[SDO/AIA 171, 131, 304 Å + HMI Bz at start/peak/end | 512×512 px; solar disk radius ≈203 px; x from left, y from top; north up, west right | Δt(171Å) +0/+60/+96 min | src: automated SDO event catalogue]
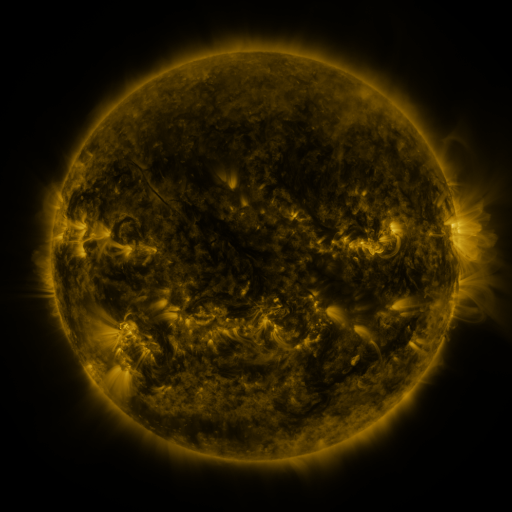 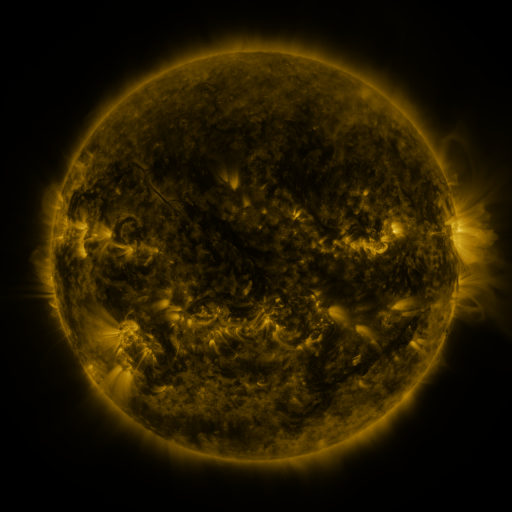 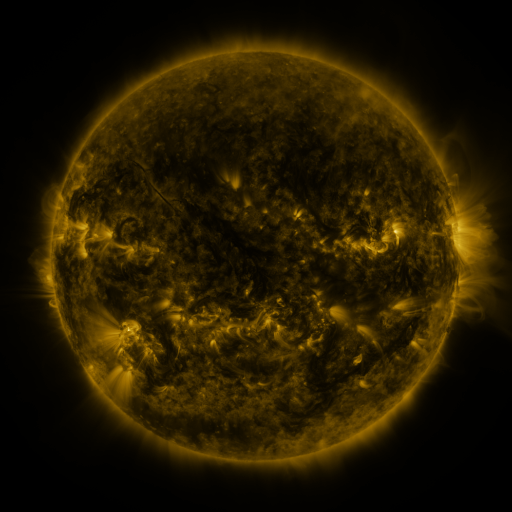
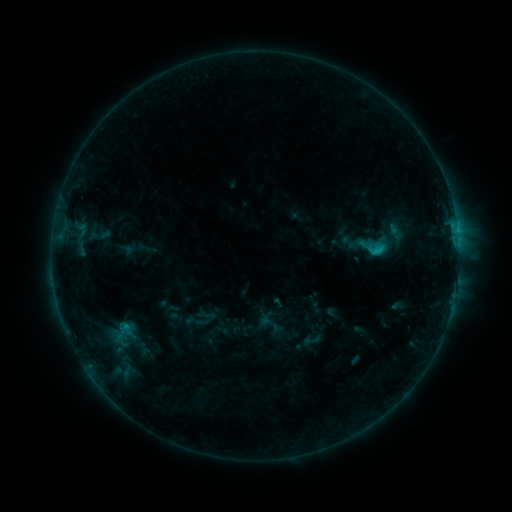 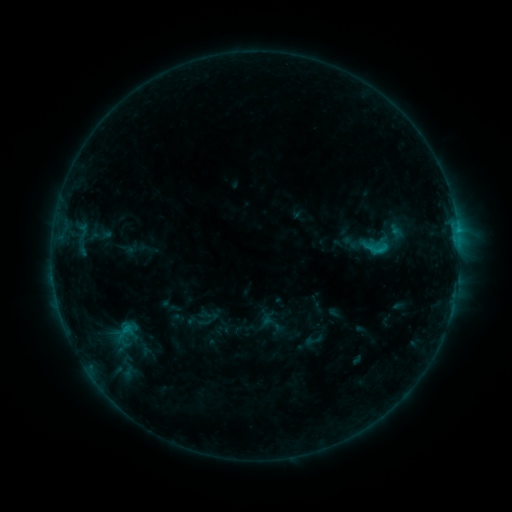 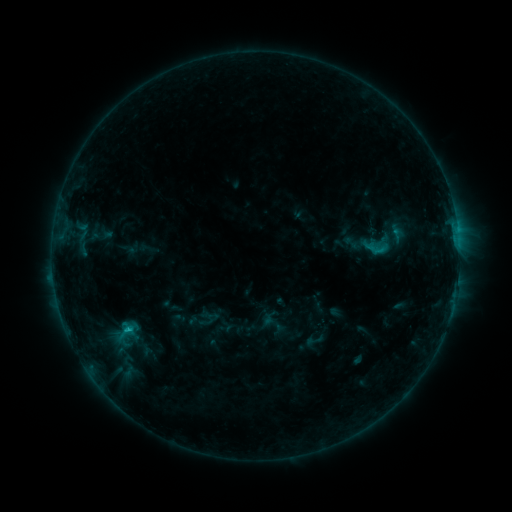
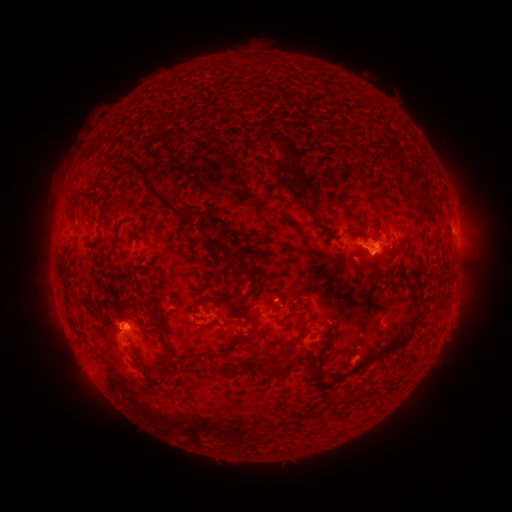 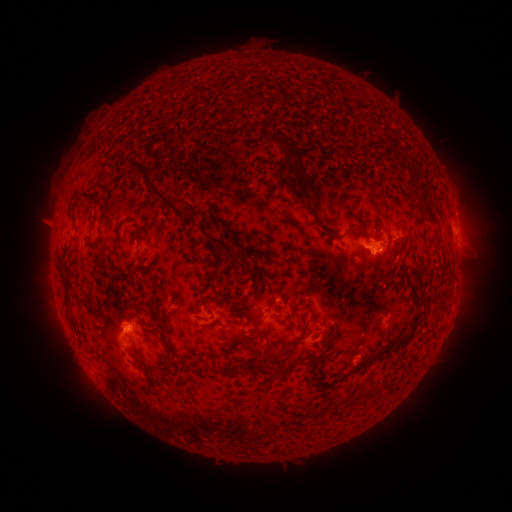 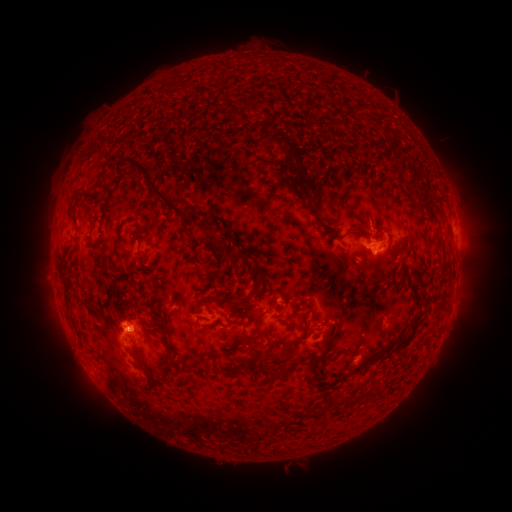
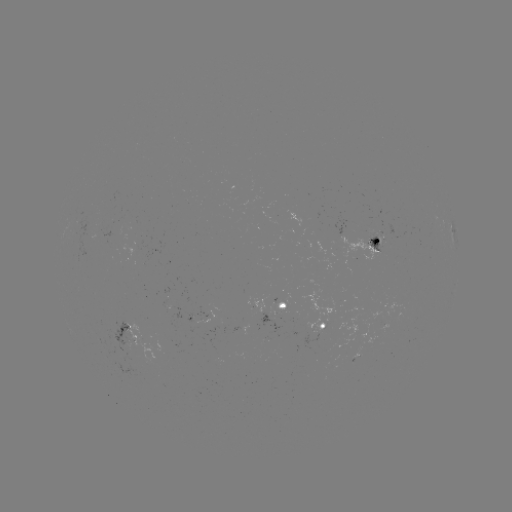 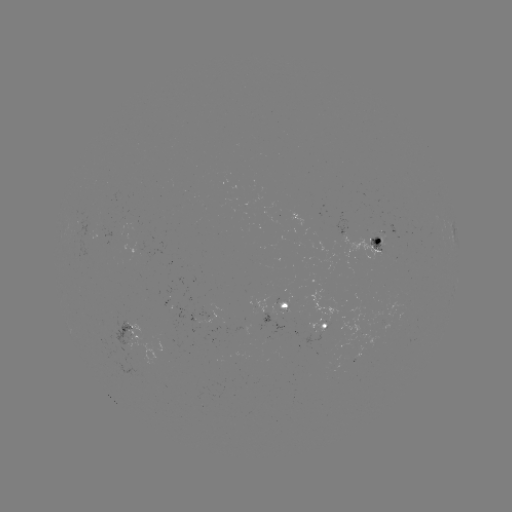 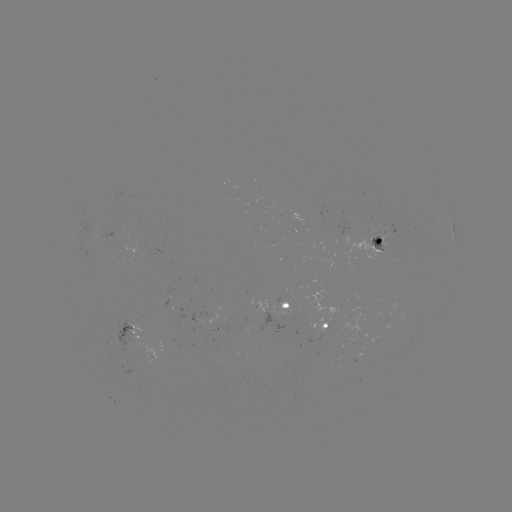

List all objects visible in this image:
emerging-flux region: (206, 315)
